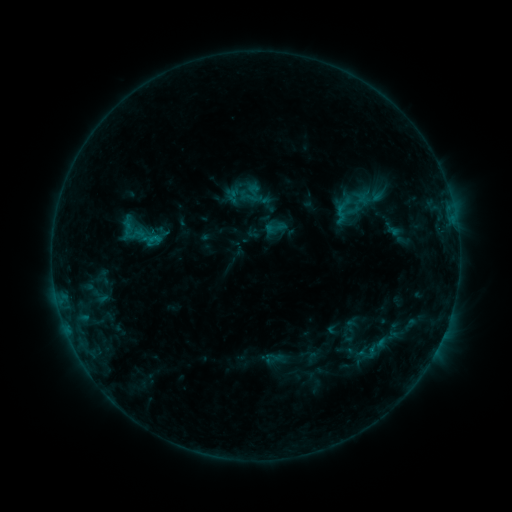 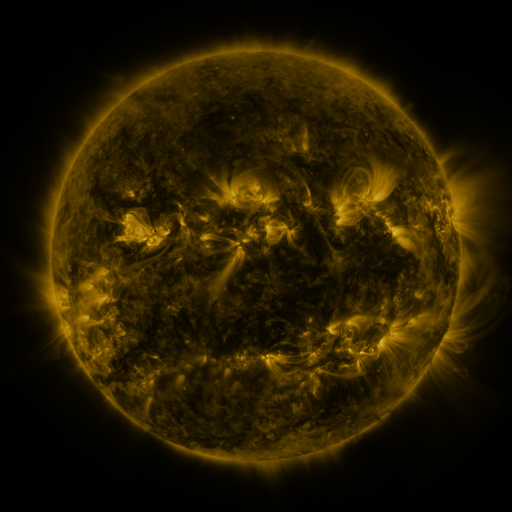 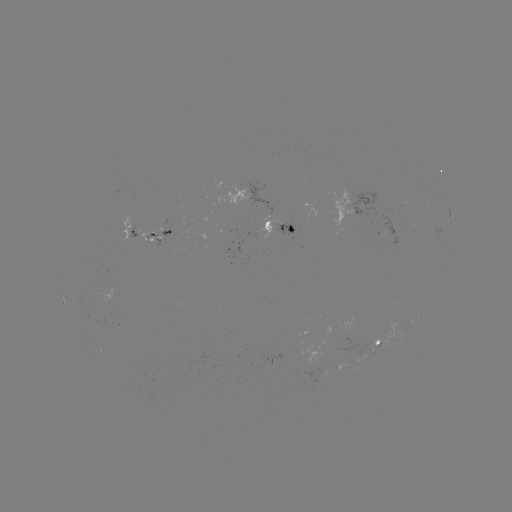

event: sigmoid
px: (275, 228)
